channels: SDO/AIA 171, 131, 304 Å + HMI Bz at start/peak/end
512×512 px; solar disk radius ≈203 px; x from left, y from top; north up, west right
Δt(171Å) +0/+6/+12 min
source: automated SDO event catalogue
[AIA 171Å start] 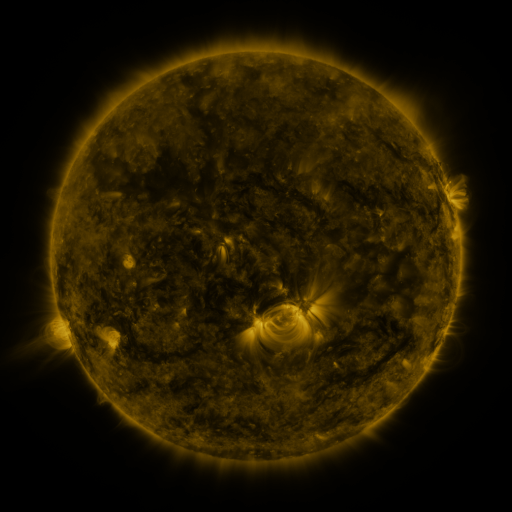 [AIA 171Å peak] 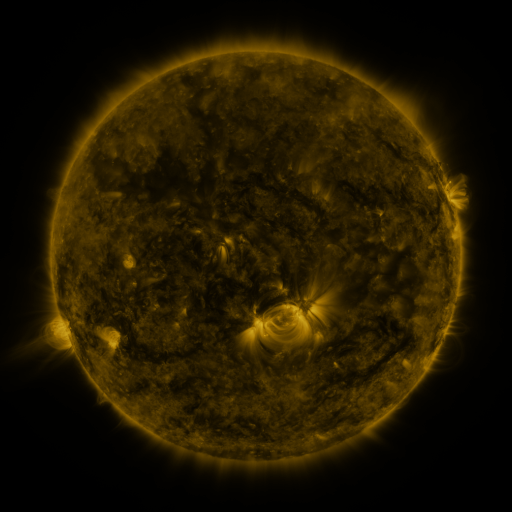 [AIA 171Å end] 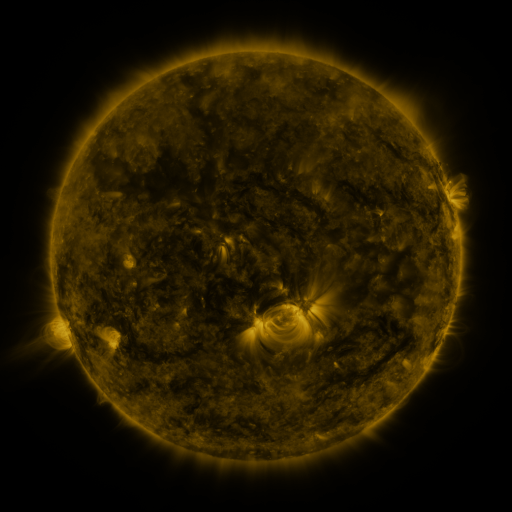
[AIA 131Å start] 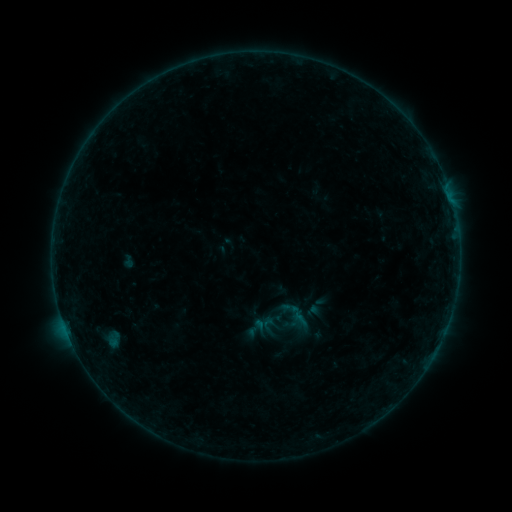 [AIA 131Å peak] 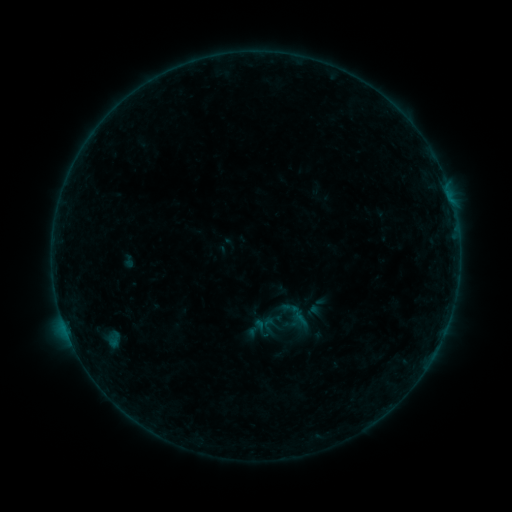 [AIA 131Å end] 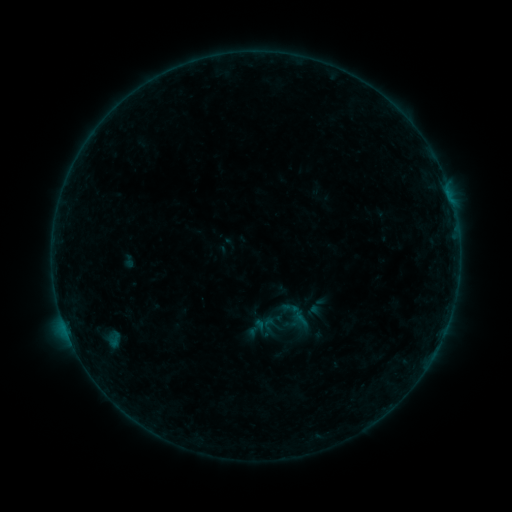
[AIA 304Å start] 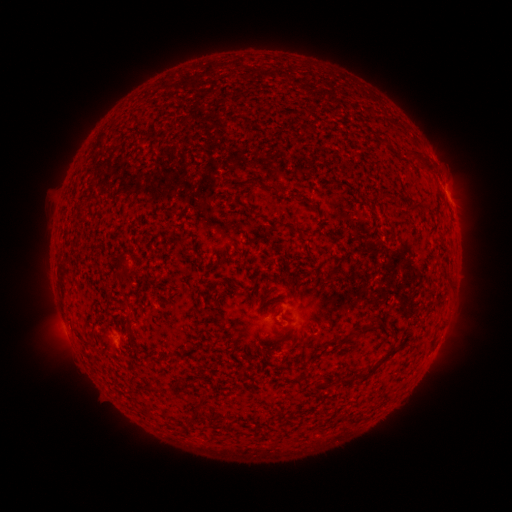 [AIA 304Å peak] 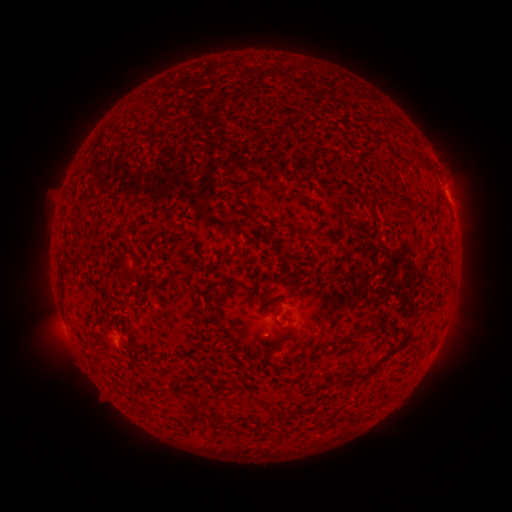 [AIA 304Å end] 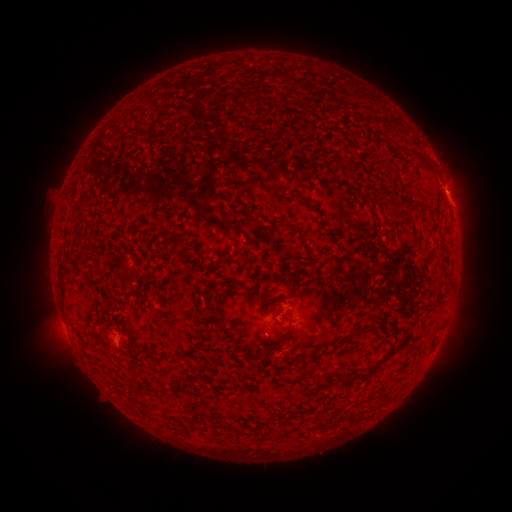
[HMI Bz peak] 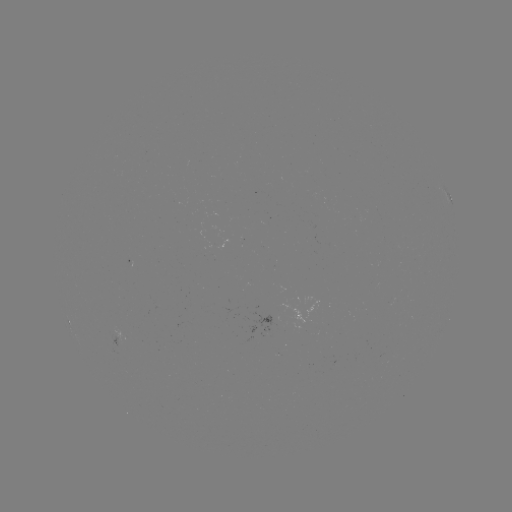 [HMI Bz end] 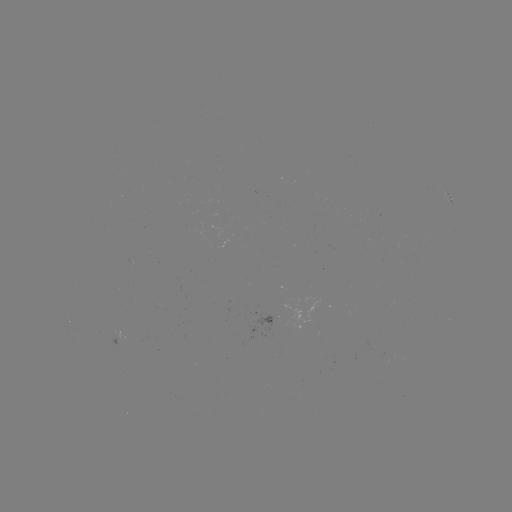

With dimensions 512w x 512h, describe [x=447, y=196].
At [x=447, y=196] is B1.7 flare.